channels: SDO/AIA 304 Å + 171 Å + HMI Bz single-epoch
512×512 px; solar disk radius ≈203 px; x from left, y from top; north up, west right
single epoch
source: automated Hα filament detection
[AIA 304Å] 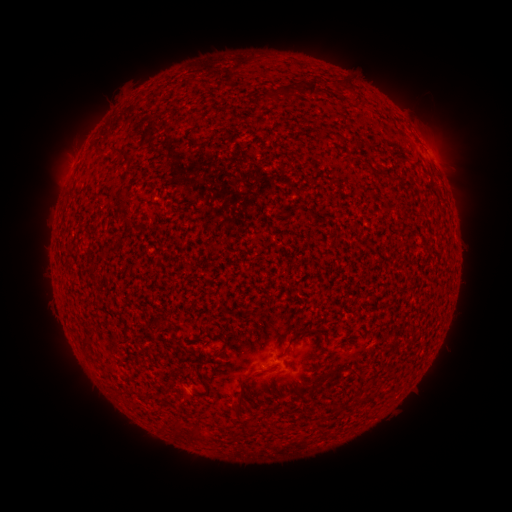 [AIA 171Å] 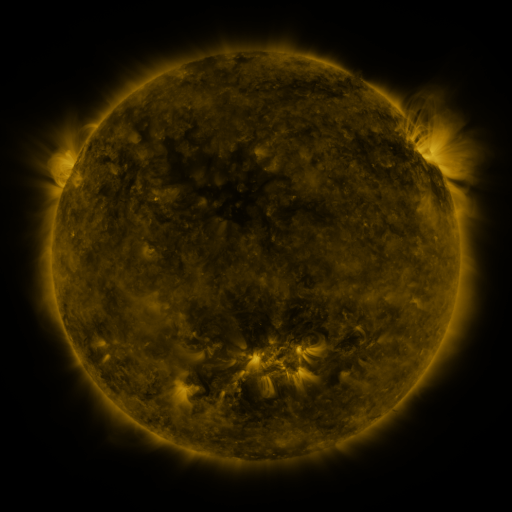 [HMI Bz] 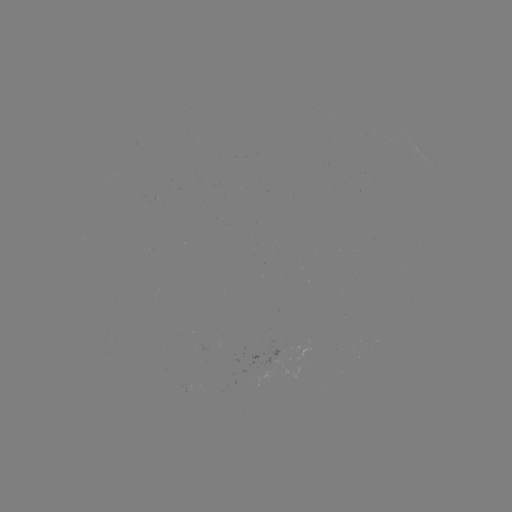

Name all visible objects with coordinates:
filament: (351, 86)
filament: (314, 90)
filament: (100, 147)
filament: (390, 181)
filament: (122, 199)
filament: (295, 338)
filament: (83, 339)
filament: (239, 386)
